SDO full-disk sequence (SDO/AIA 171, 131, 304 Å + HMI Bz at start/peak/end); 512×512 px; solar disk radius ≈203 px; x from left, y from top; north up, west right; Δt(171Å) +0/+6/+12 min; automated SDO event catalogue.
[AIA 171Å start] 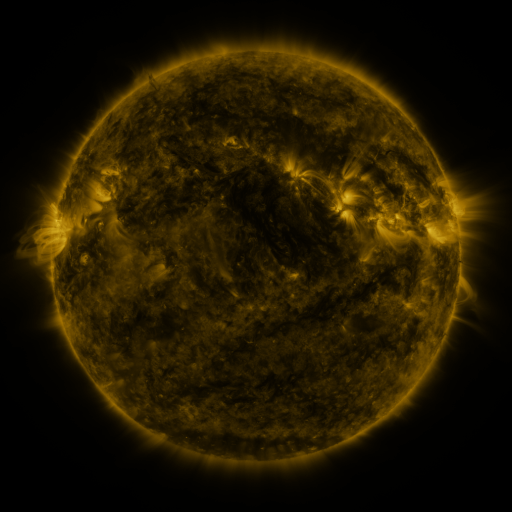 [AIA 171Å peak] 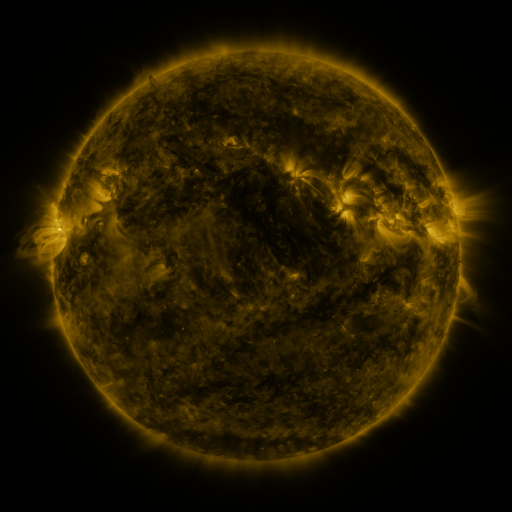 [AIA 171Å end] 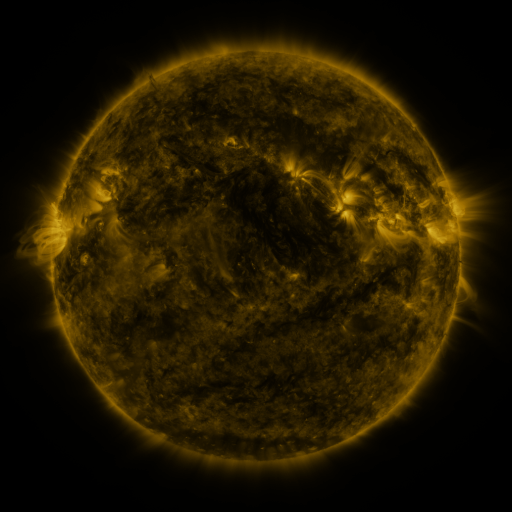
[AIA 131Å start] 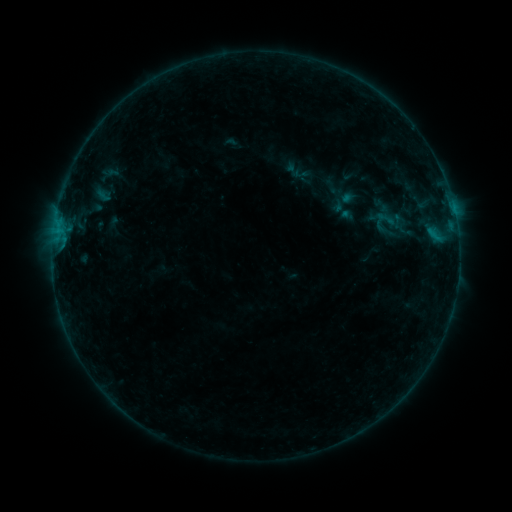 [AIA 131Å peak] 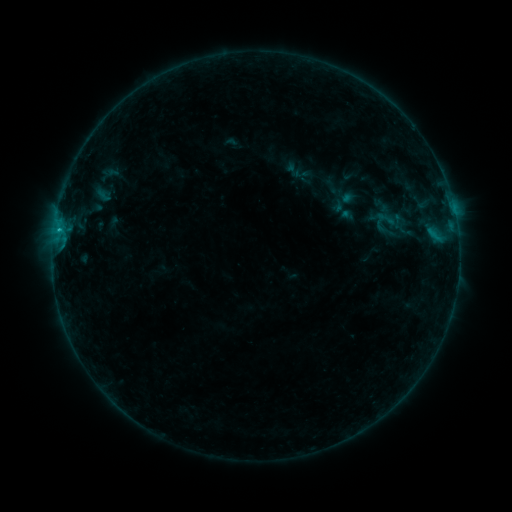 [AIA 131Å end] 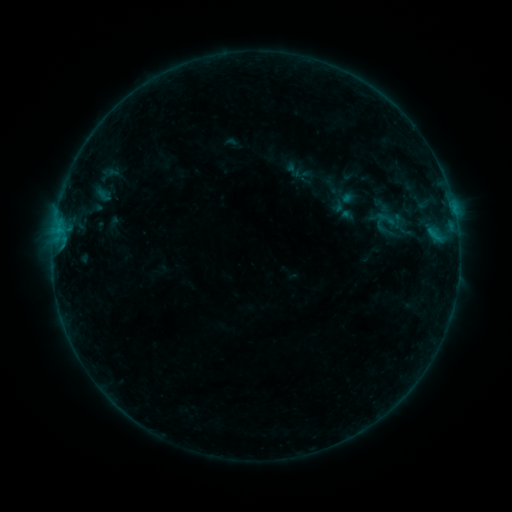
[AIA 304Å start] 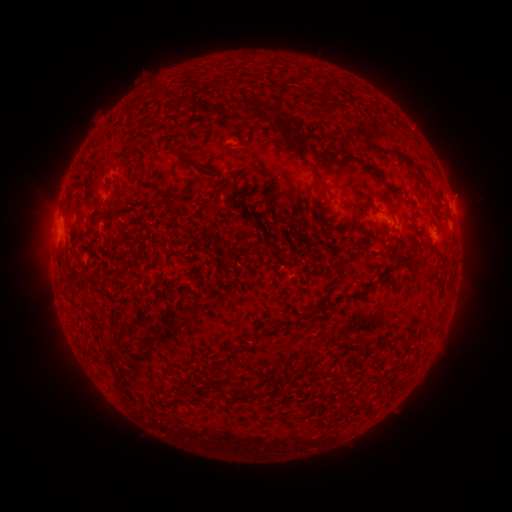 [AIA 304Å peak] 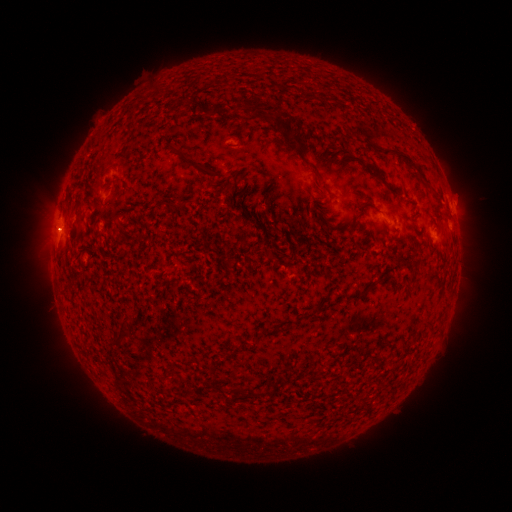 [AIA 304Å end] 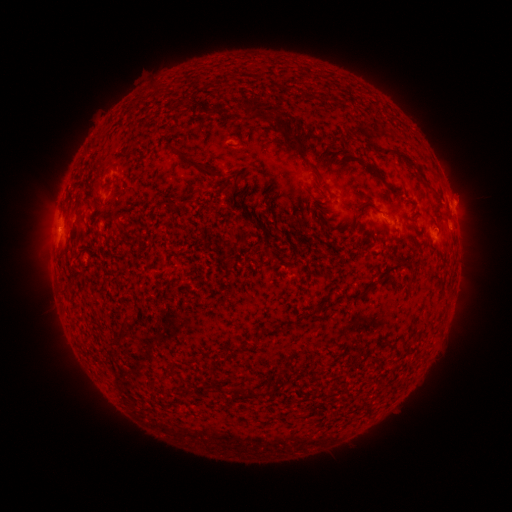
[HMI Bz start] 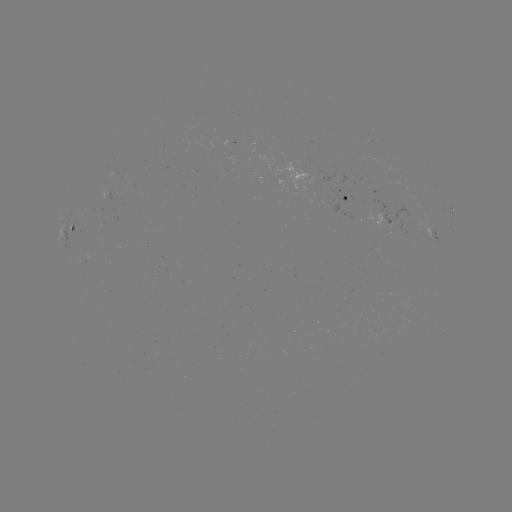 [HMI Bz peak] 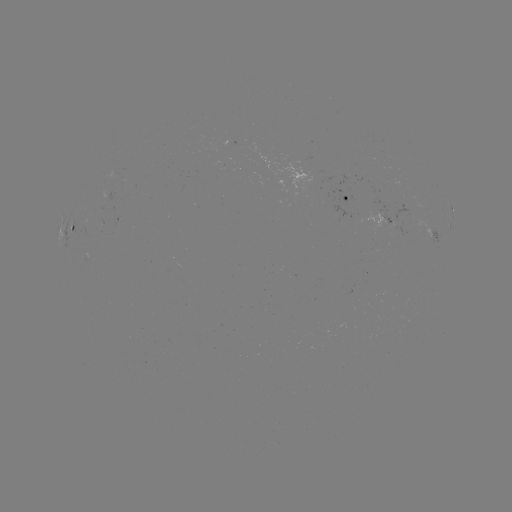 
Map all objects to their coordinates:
B3.3 flare: (59, 232)
